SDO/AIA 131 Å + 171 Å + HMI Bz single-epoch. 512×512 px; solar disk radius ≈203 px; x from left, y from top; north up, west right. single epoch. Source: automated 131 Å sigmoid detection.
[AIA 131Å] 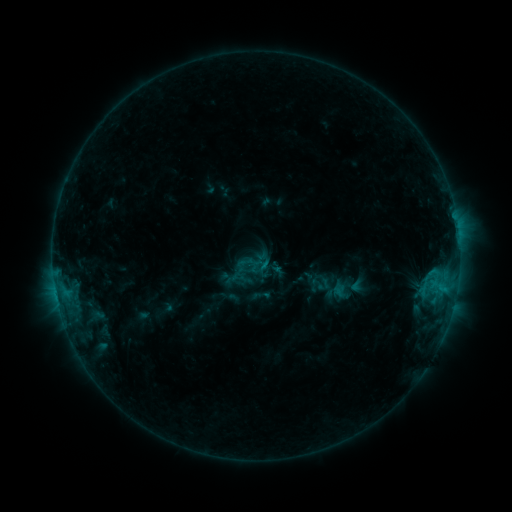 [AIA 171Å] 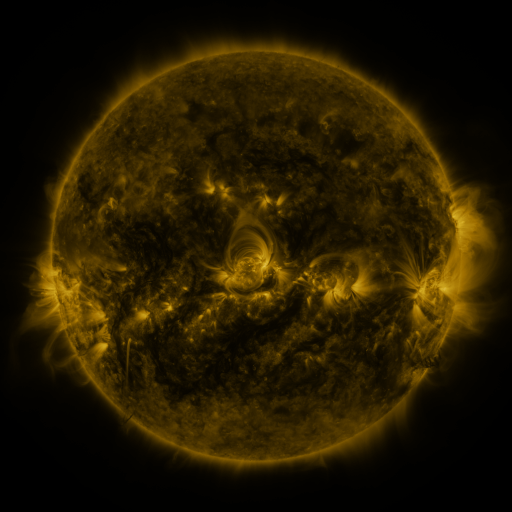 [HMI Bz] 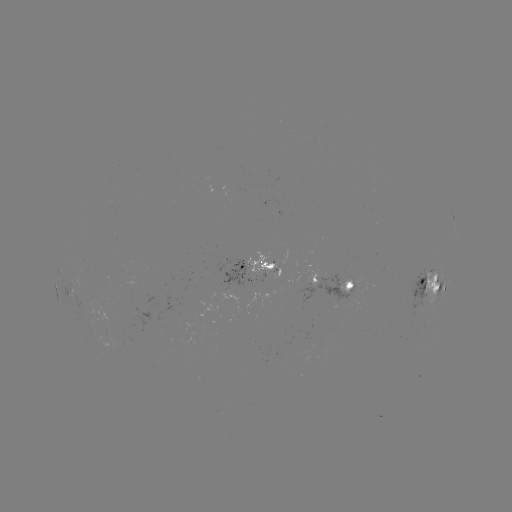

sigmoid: [309, 270, 332, 295]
